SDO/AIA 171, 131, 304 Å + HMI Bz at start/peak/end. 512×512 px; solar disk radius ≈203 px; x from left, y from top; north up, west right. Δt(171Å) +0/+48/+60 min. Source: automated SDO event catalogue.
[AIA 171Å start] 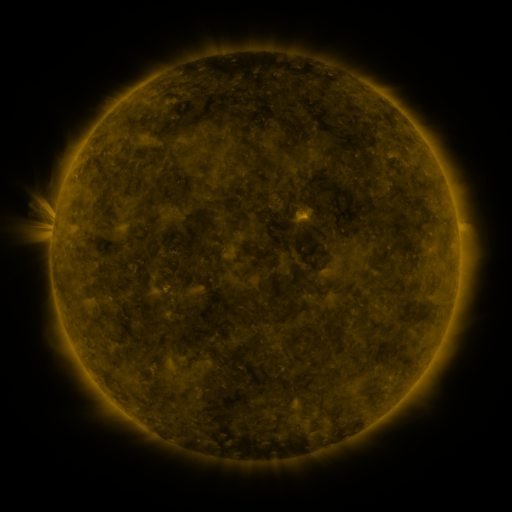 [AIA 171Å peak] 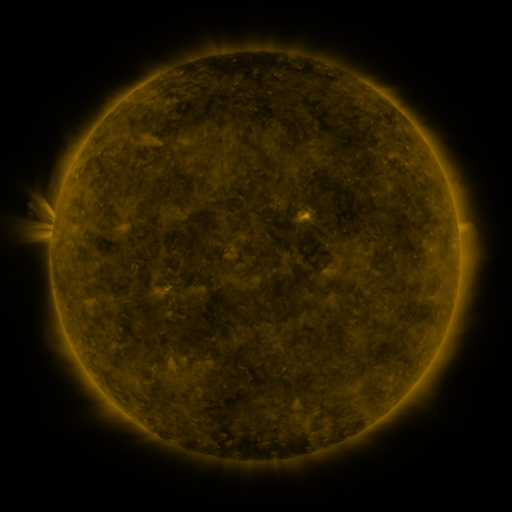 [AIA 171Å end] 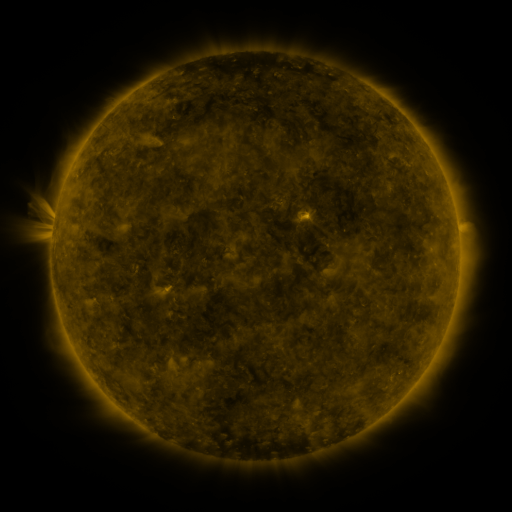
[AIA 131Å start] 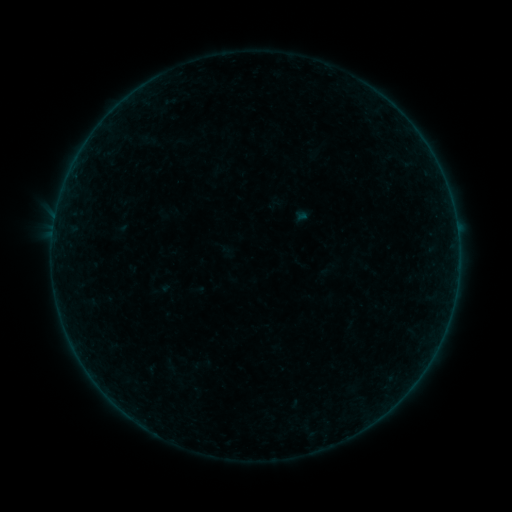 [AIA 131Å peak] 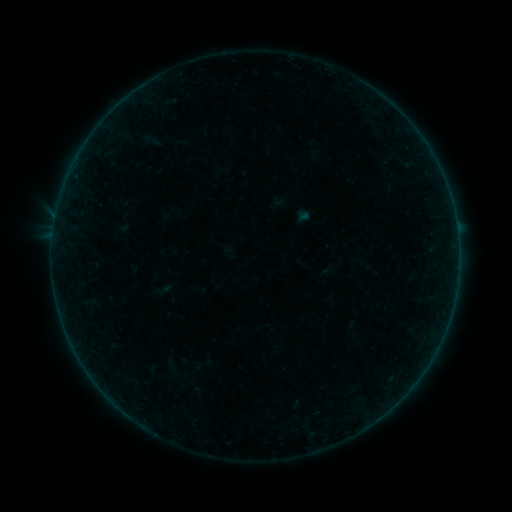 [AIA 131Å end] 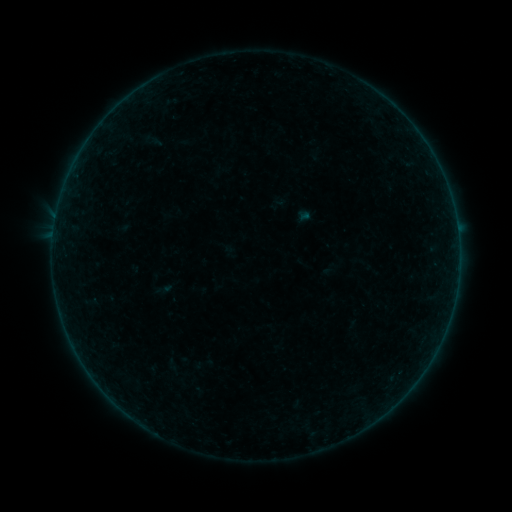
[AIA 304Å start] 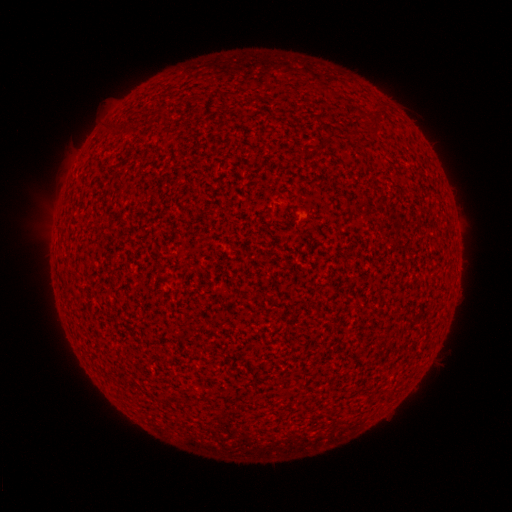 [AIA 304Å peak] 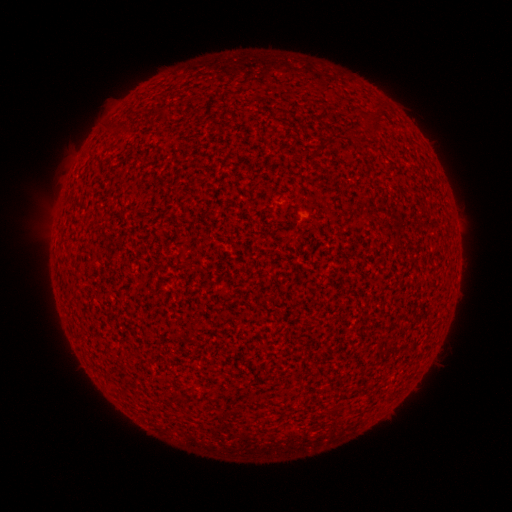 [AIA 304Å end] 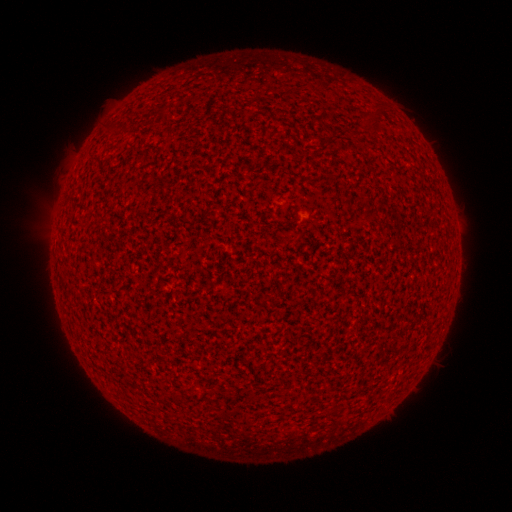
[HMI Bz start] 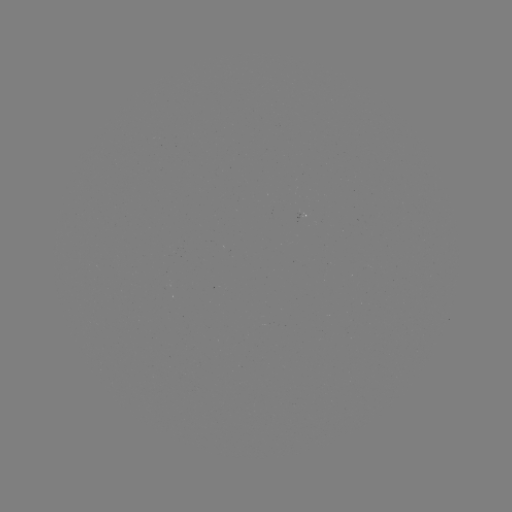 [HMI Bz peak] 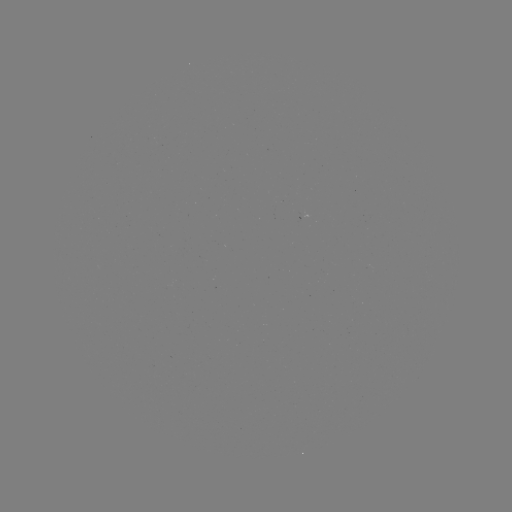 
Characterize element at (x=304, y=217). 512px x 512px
A8.0 flare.